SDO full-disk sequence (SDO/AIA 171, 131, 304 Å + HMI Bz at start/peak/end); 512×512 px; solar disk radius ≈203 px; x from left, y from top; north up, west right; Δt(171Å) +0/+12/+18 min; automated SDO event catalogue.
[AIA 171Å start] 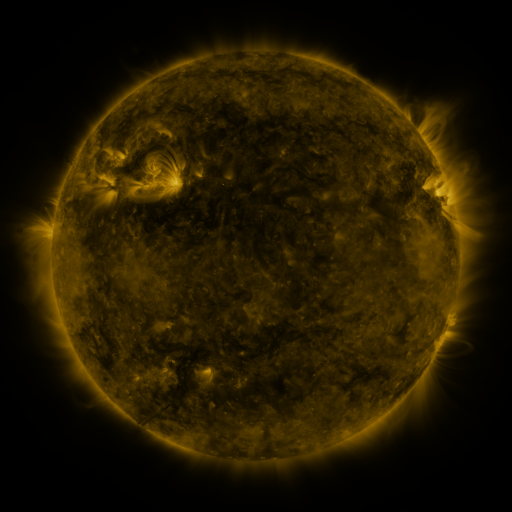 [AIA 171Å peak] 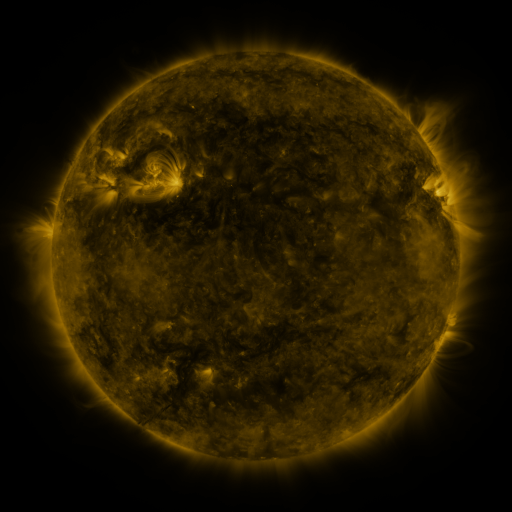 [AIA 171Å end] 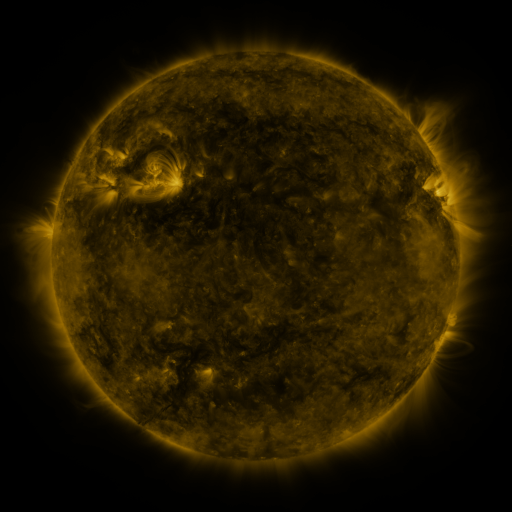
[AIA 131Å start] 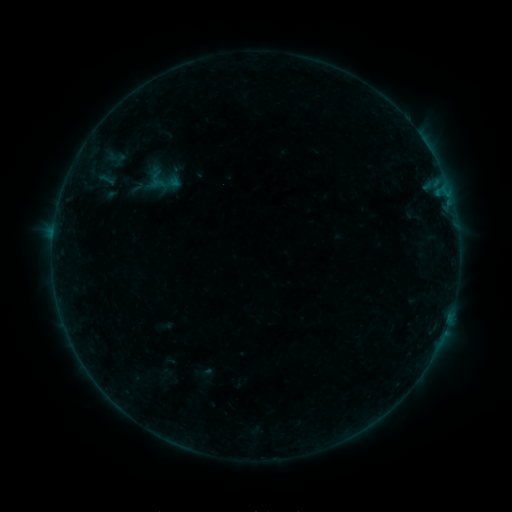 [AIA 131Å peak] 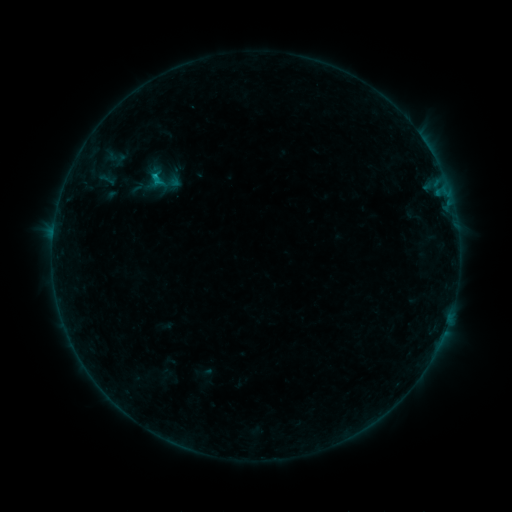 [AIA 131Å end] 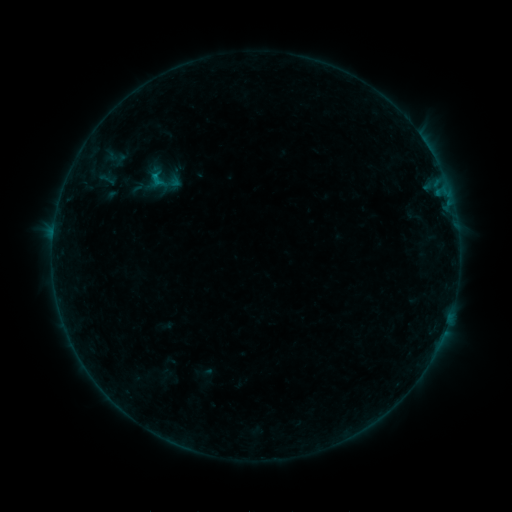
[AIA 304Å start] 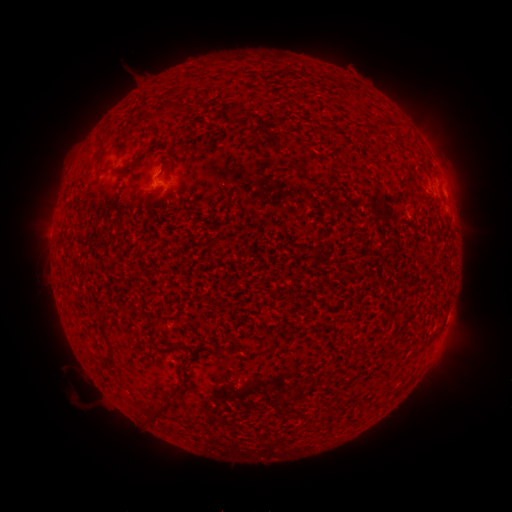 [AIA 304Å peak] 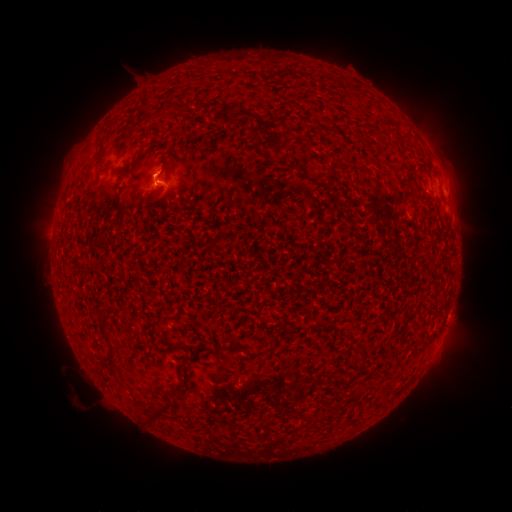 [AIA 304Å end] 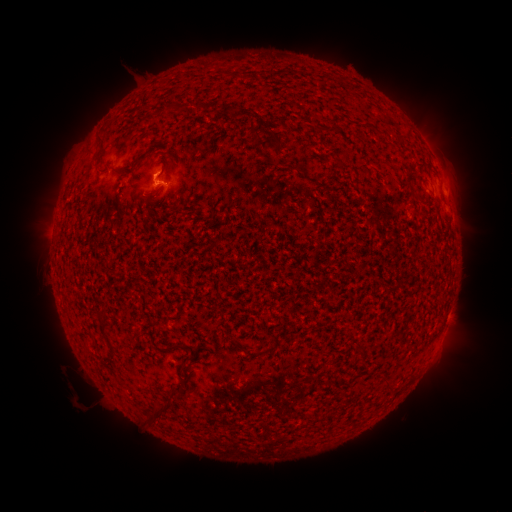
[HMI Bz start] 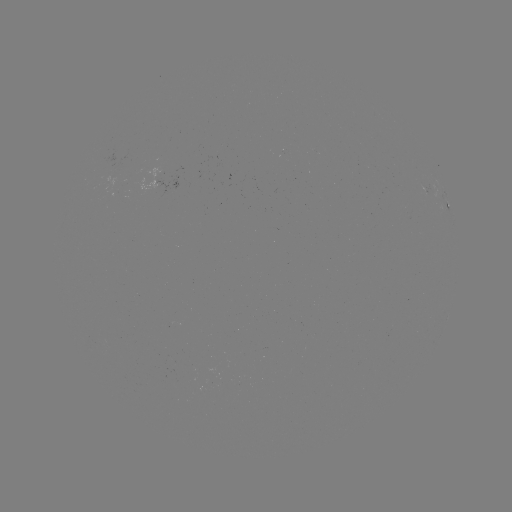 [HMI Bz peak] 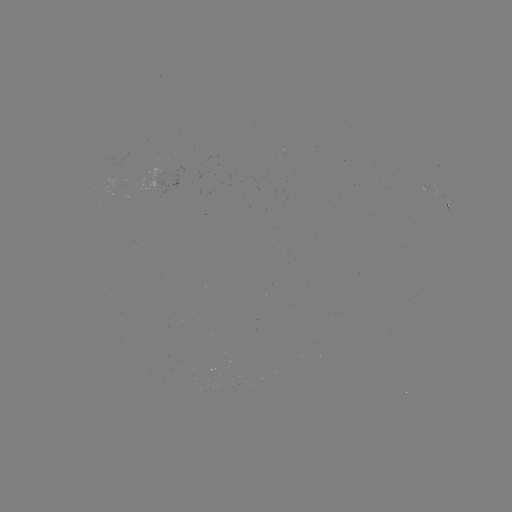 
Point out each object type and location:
B7.4 flare: (155, 180)
